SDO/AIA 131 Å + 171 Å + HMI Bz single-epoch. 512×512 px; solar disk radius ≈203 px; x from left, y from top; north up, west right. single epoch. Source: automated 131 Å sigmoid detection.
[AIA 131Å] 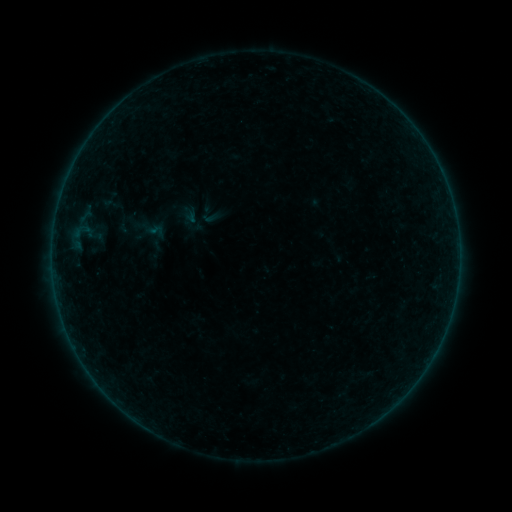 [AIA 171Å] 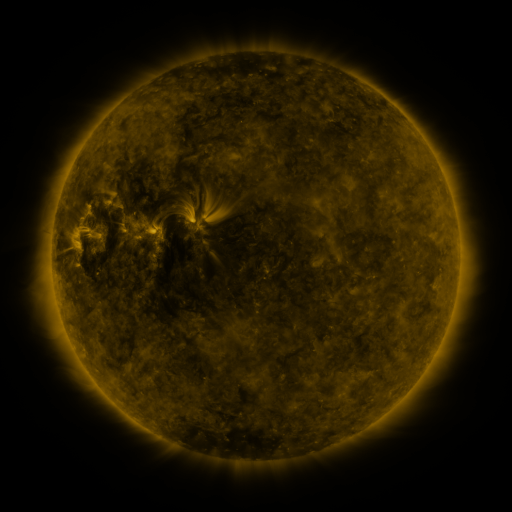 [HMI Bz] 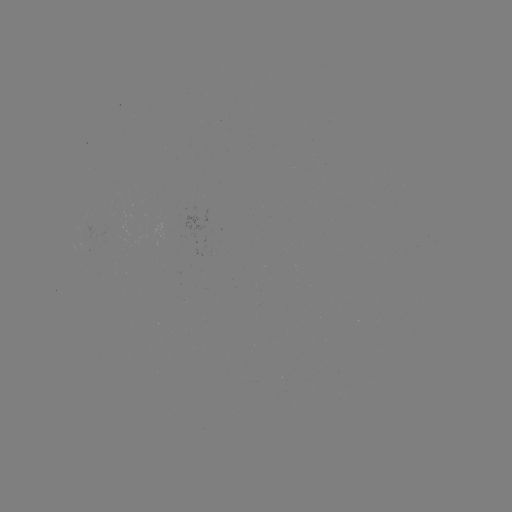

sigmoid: <bbox>100, 194, 121, 215</bbox>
